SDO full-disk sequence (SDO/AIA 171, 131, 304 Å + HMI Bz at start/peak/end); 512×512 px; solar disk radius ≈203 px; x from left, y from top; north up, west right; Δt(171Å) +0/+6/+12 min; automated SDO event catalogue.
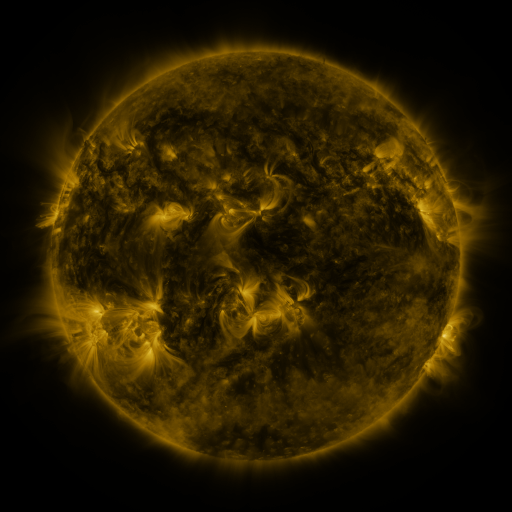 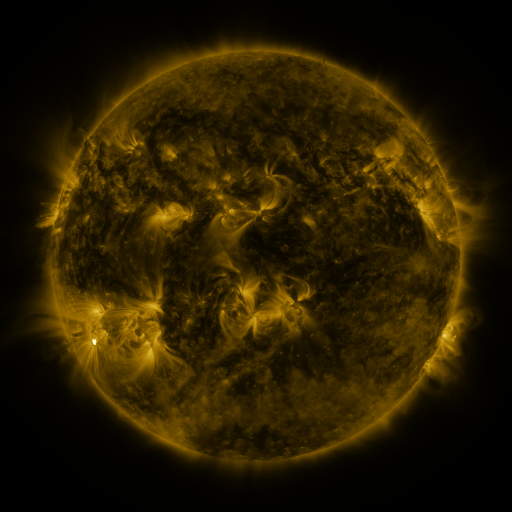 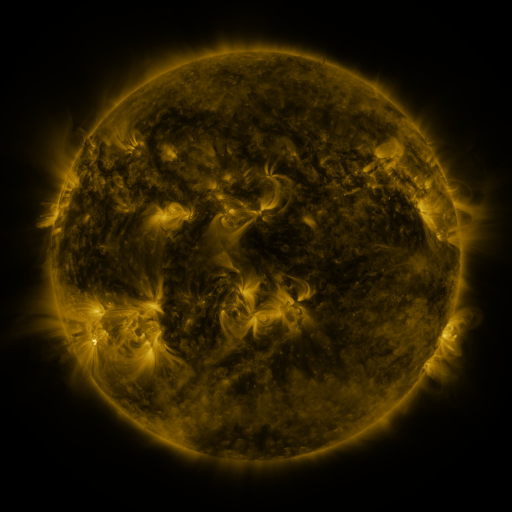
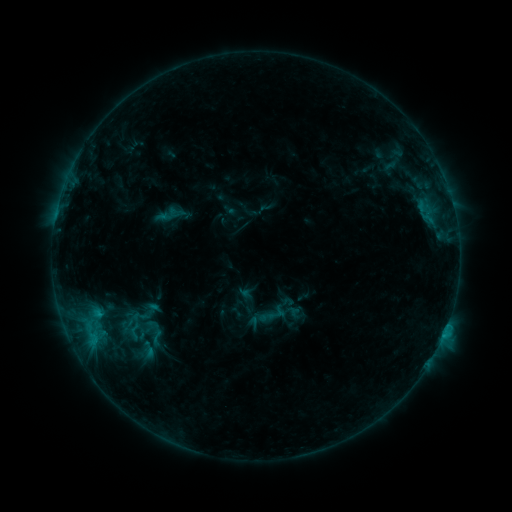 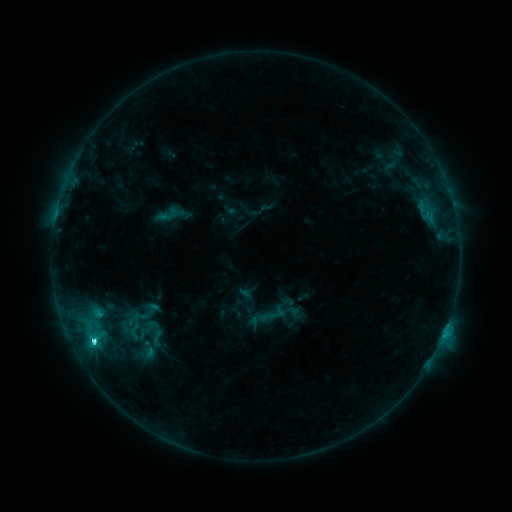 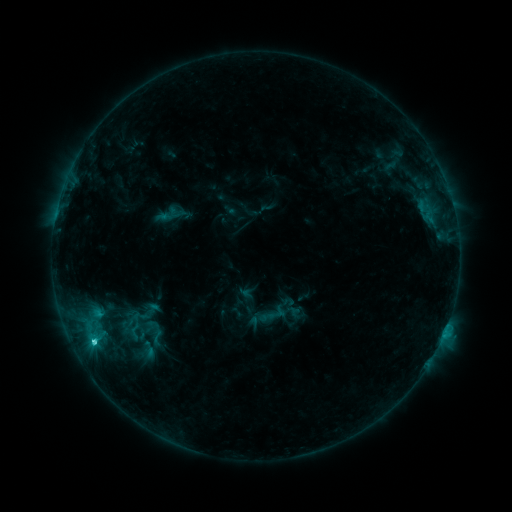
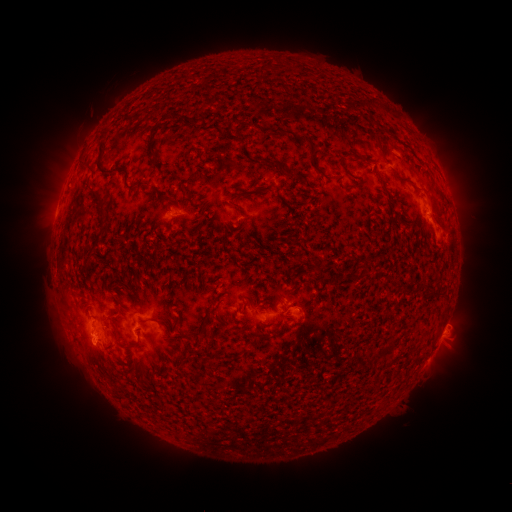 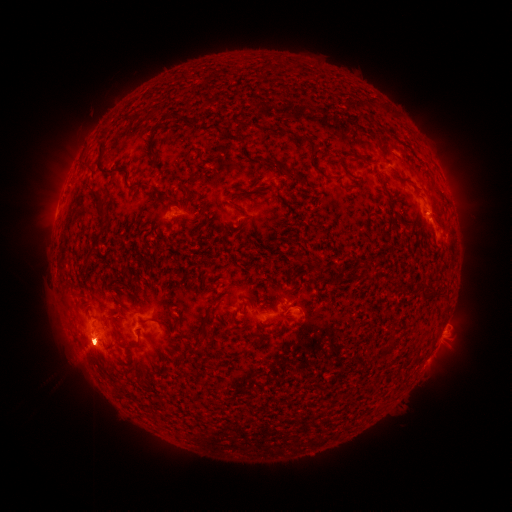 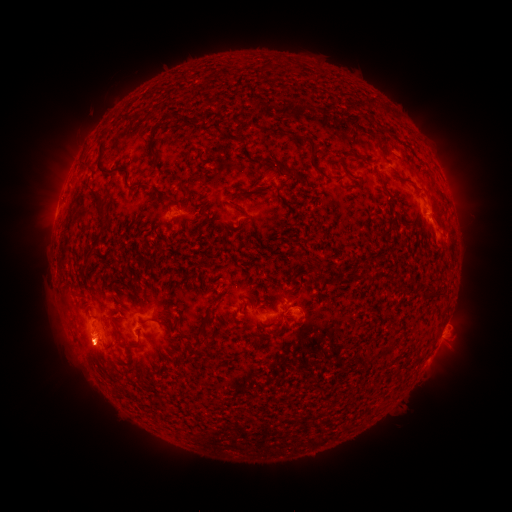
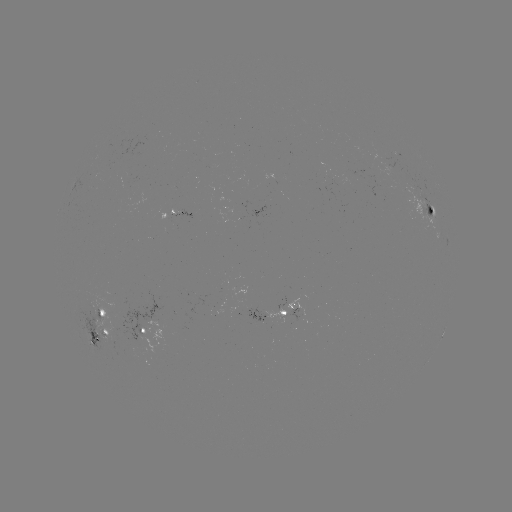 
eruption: <bbox>43, 302, 132, 391</bbox>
